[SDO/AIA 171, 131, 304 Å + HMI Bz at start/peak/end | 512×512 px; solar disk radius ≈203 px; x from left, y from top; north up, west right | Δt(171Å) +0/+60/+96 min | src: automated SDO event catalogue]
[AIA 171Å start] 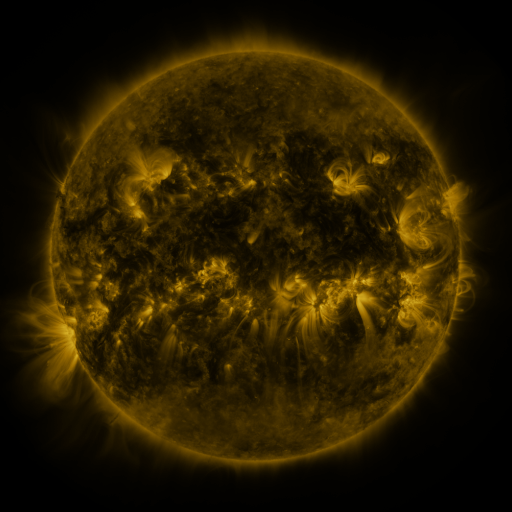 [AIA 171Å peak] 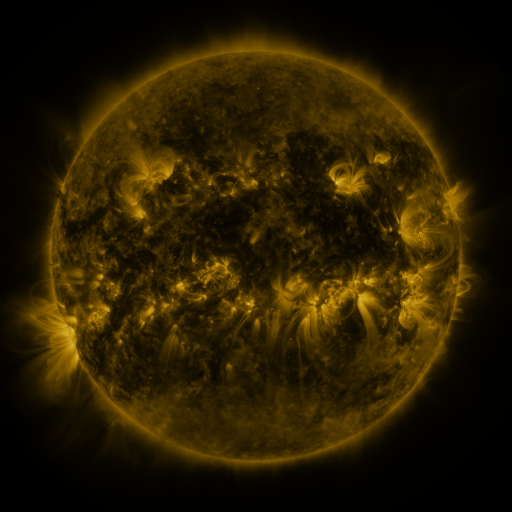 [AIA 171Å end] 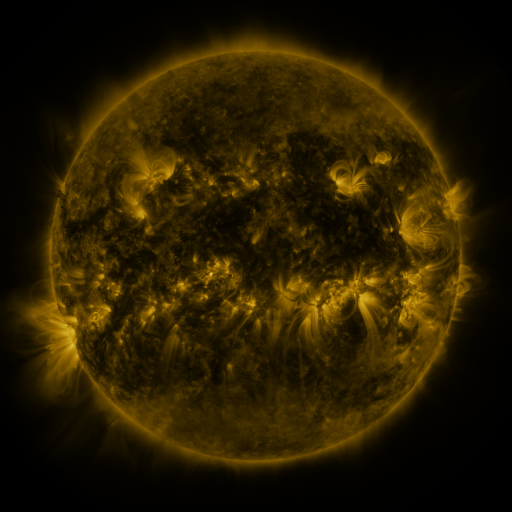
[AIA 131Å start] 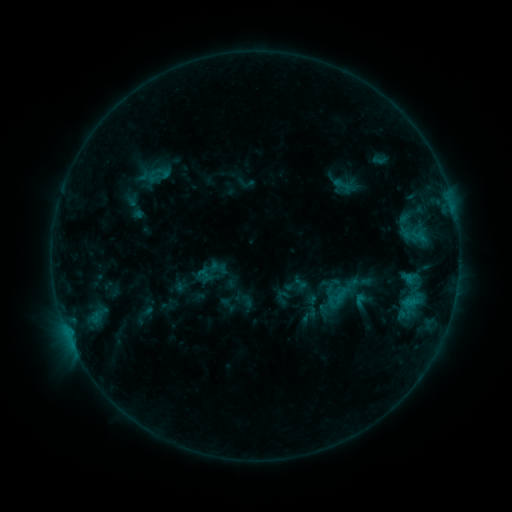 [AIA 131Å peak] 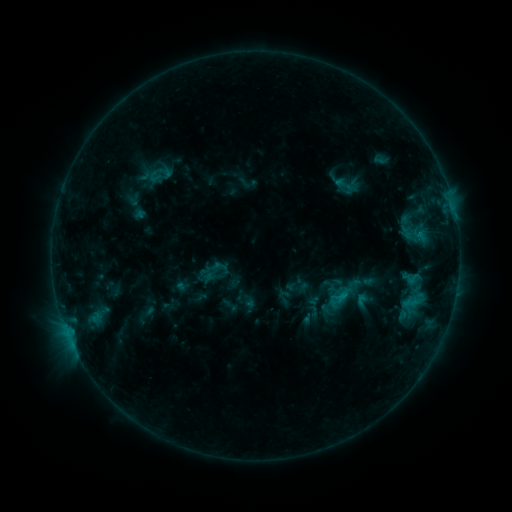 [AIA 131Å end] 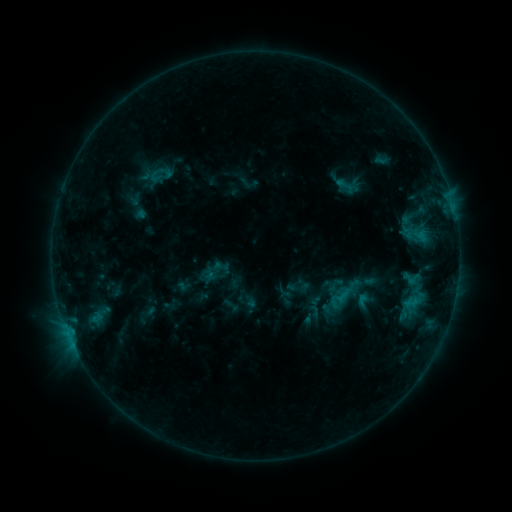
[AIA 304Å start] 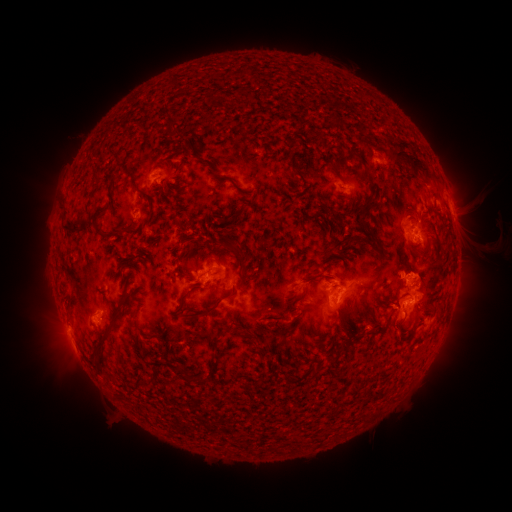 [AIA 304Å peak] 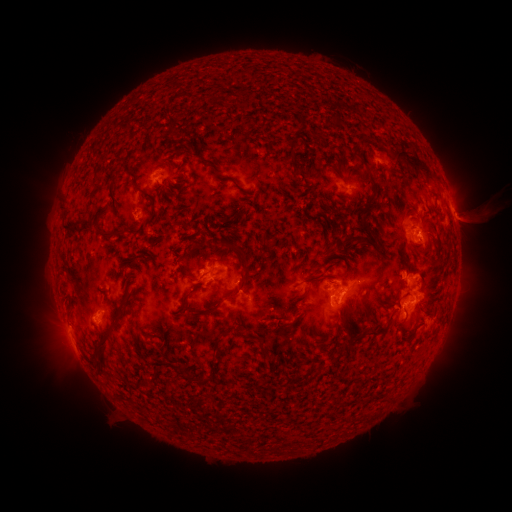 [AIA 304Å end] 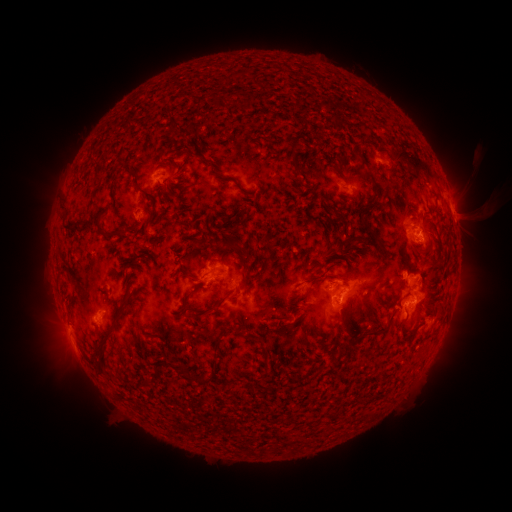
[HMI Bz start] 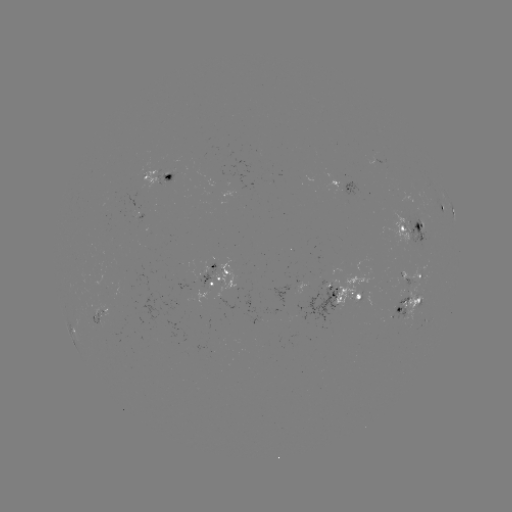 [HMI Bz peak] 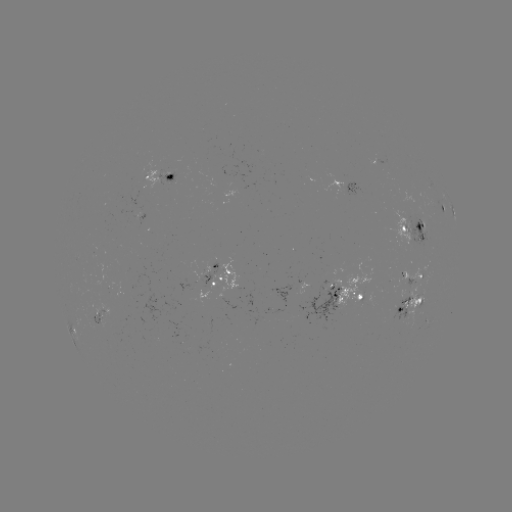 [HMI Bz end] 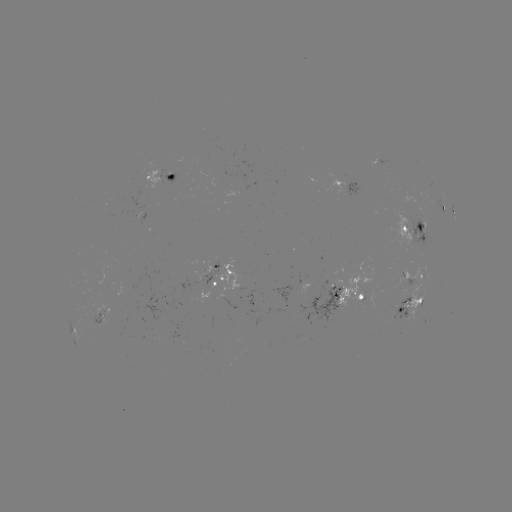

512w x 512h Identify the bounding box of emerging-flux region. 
[418, 288, 424, 308].